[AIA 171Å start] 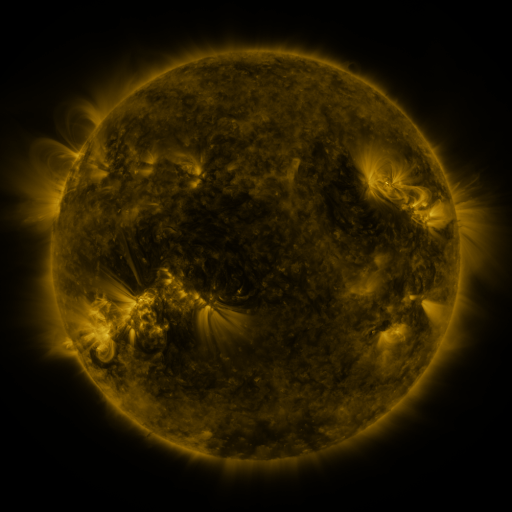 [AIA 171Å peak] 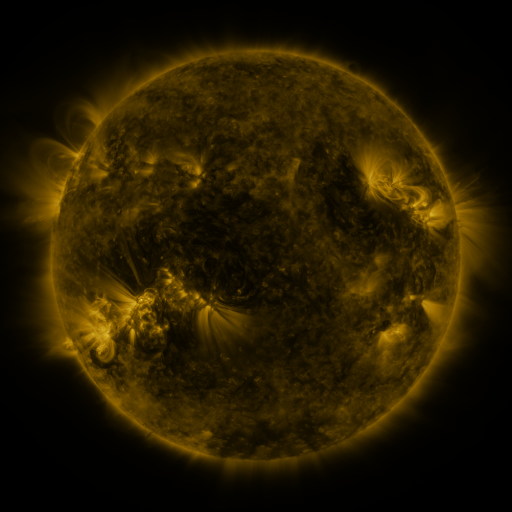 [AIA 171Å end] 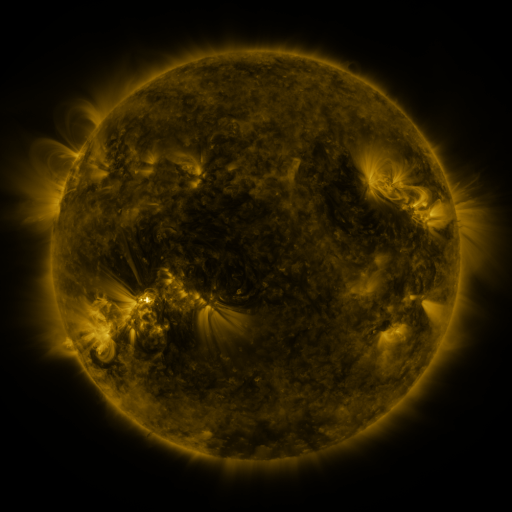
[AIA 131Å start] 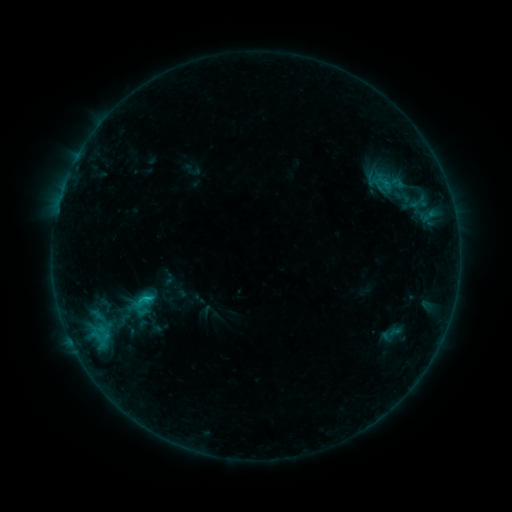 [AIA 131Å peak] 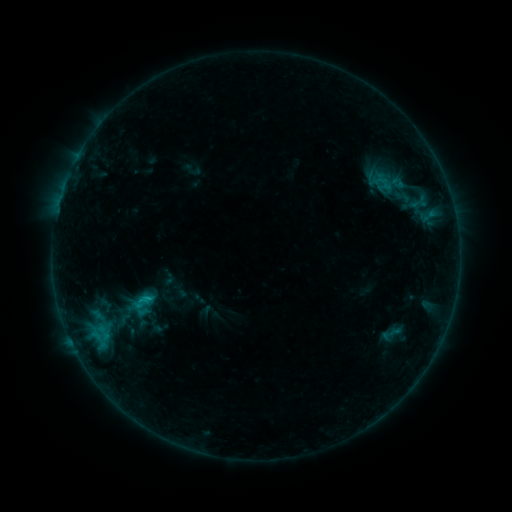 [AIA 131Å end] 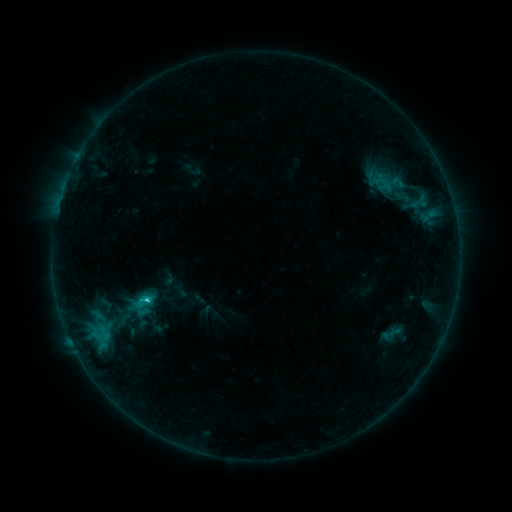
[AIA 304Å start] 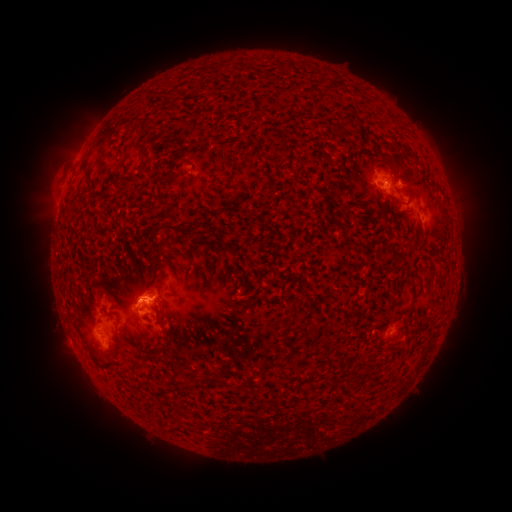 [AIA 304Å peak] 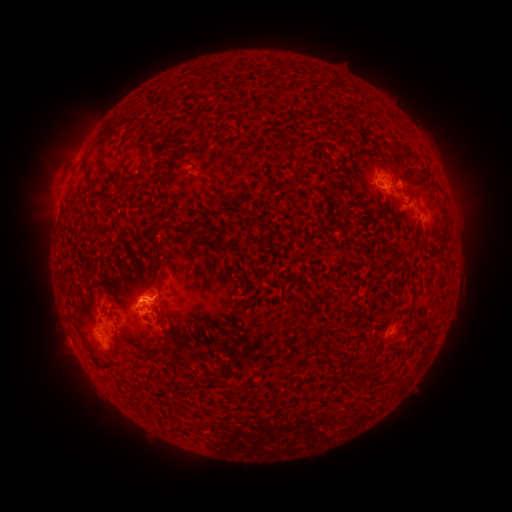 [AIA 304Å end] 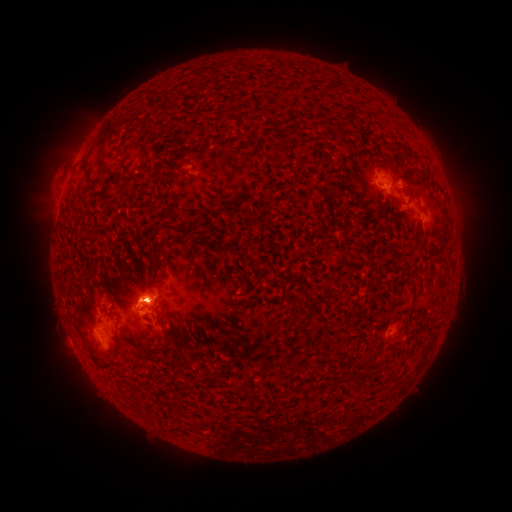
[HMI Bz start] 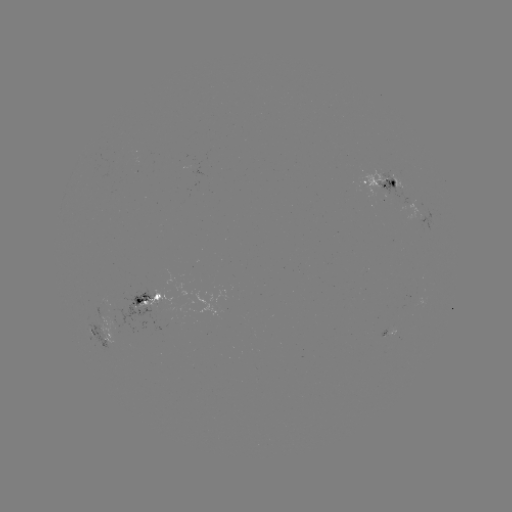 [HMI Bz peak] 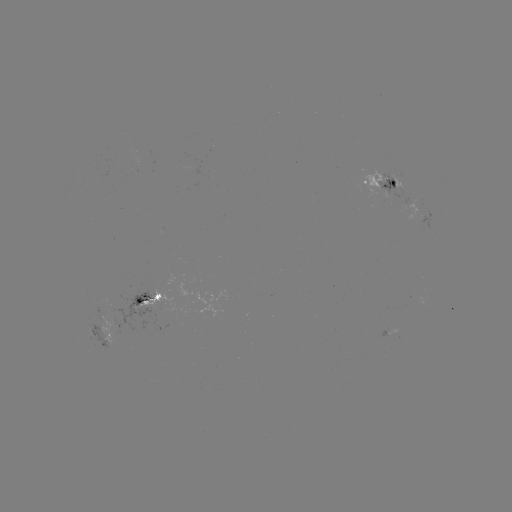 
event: flare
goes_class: C1.3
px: (149, 297)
